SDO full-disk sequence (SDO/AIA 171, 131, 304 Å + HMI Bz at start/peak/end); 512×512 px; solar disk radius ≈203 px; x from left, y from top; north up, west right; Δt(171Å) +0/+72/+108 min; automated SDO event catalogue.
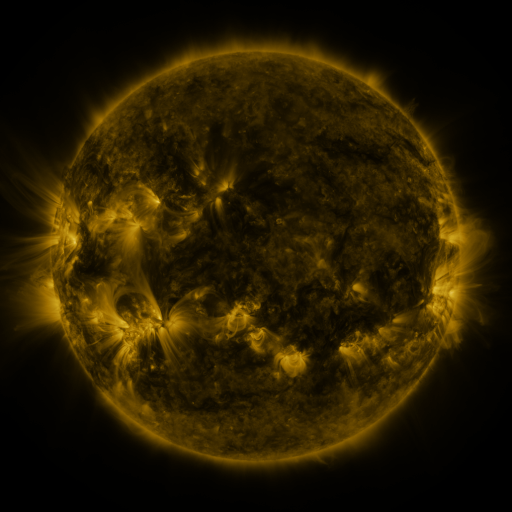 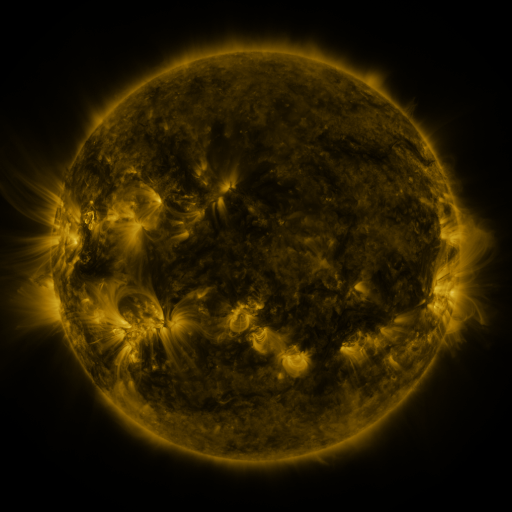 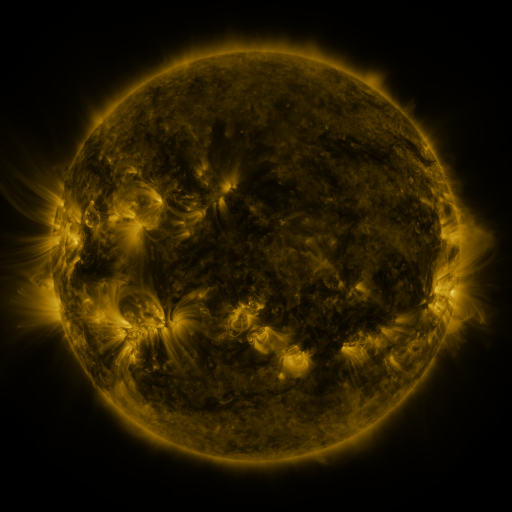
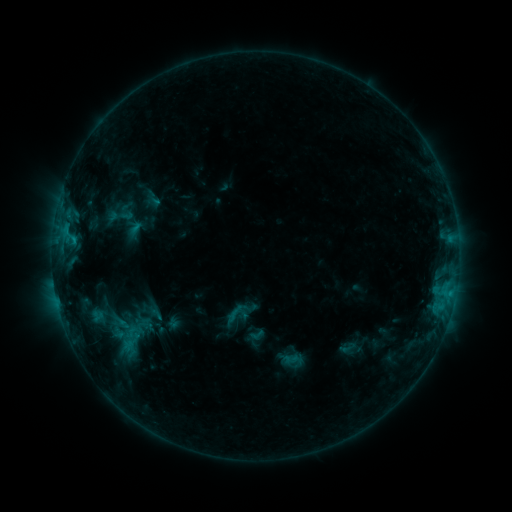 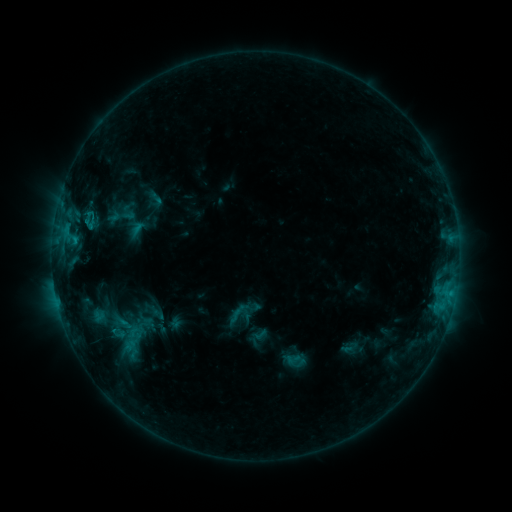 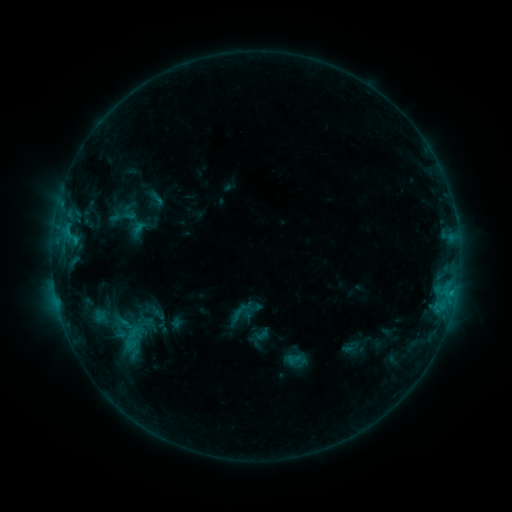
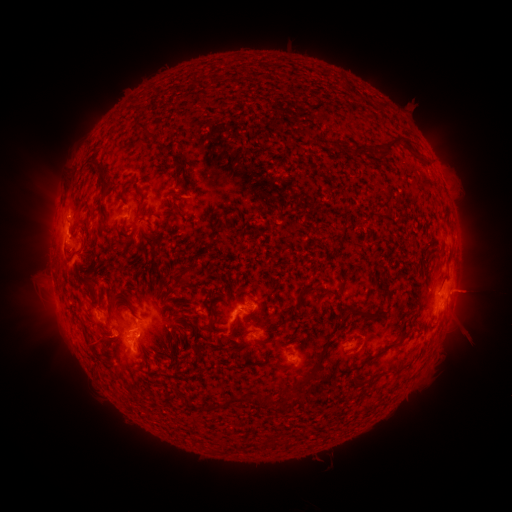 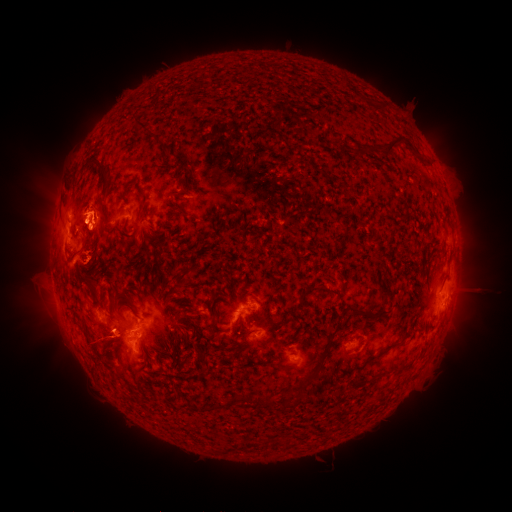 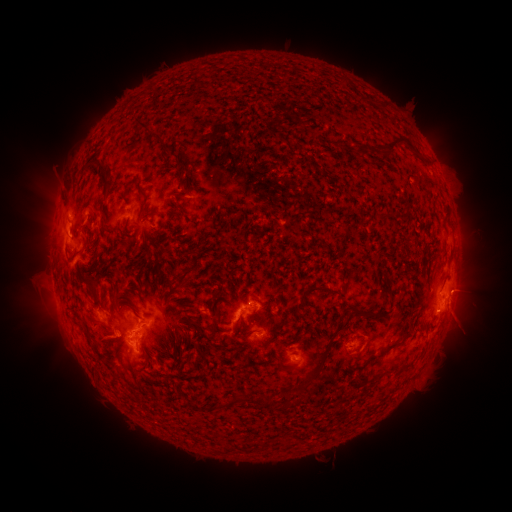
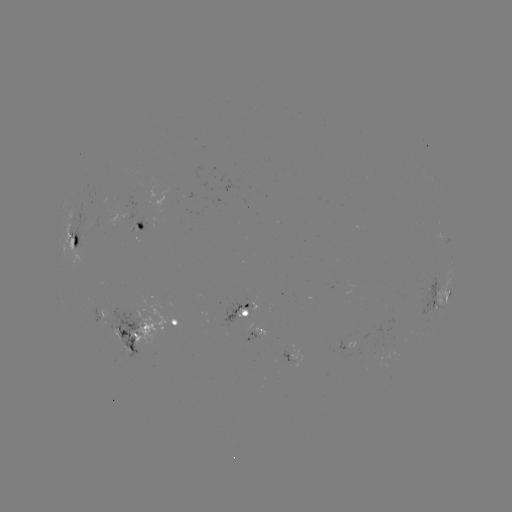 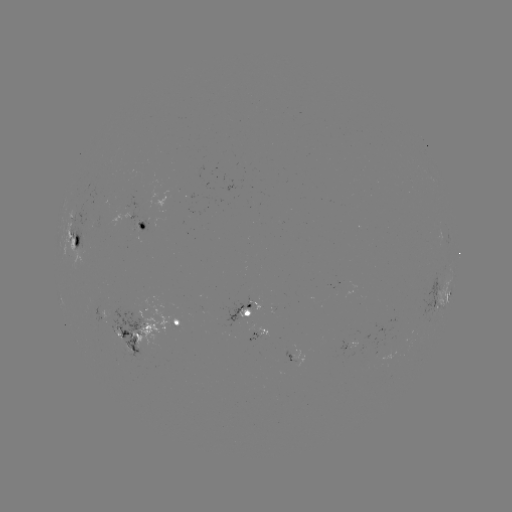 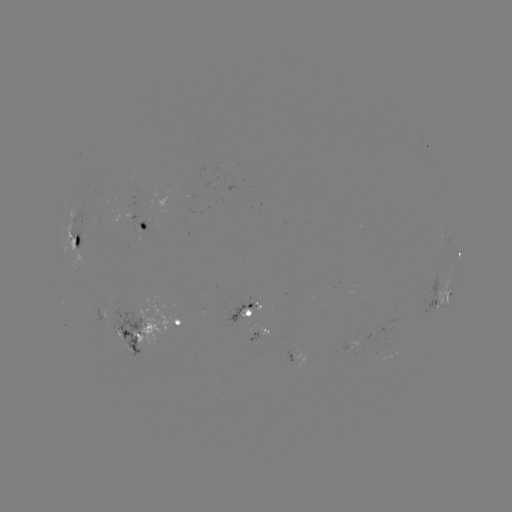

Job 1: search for emerging-flux region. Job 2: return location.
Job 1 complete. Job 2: (349, 343).